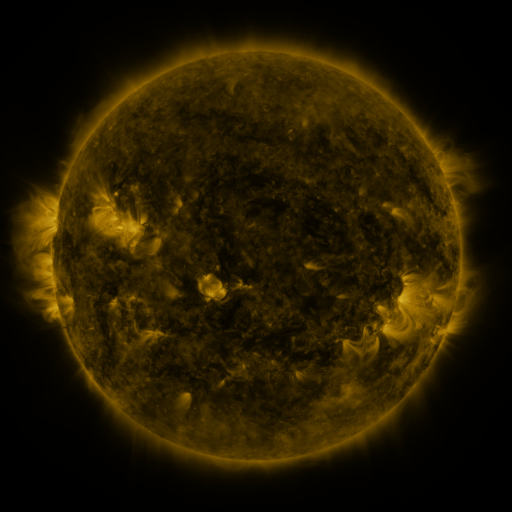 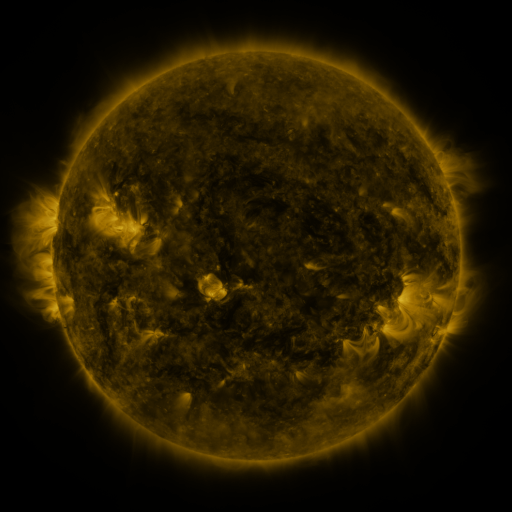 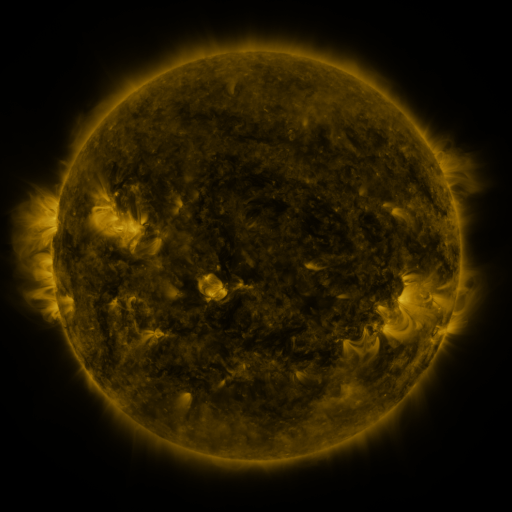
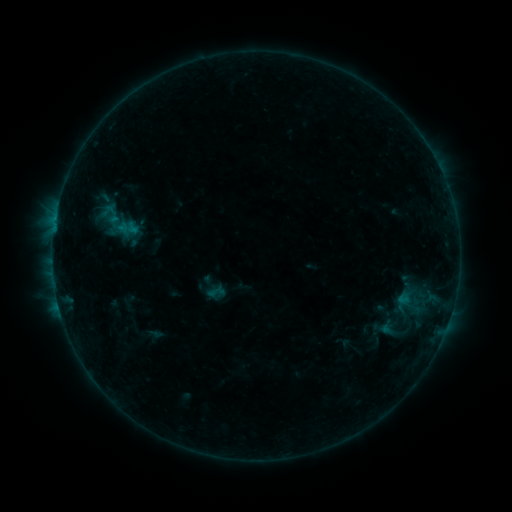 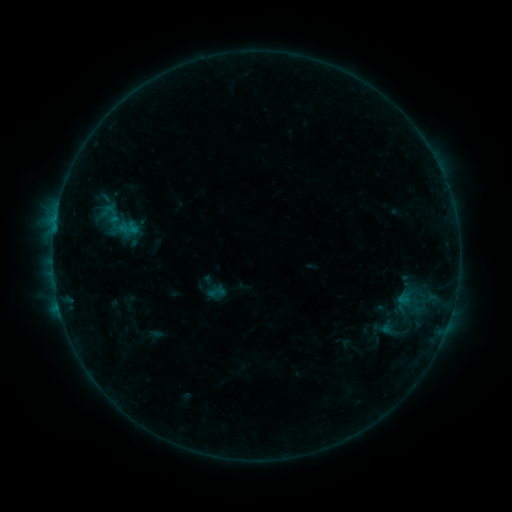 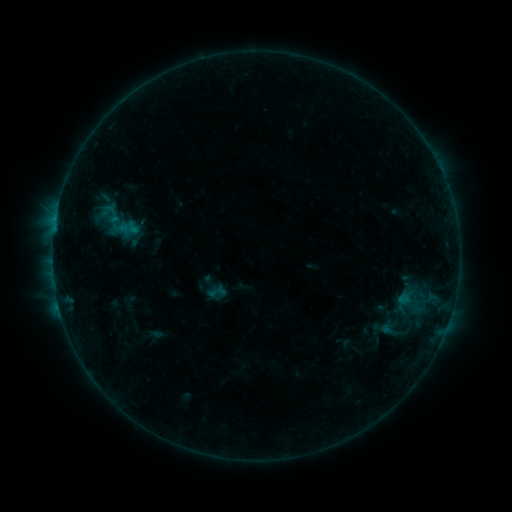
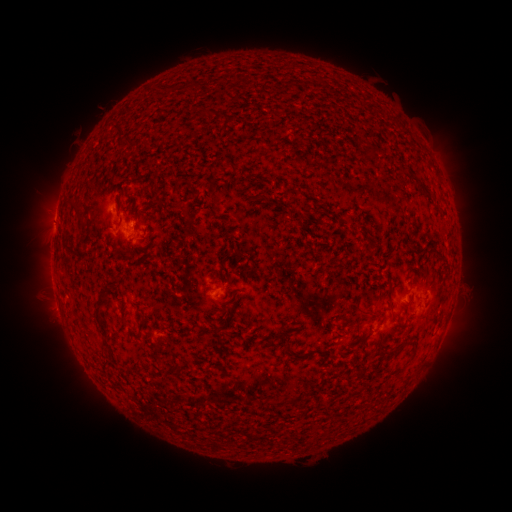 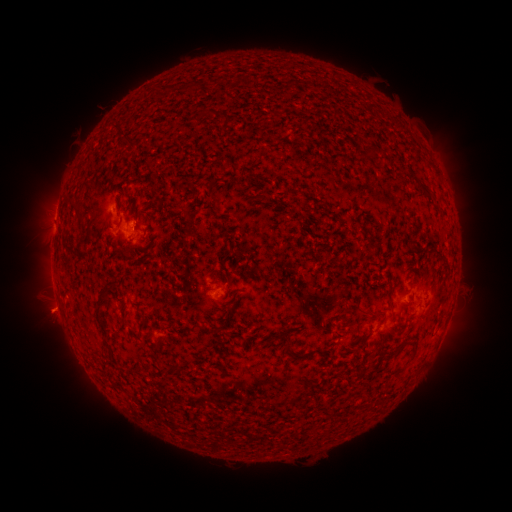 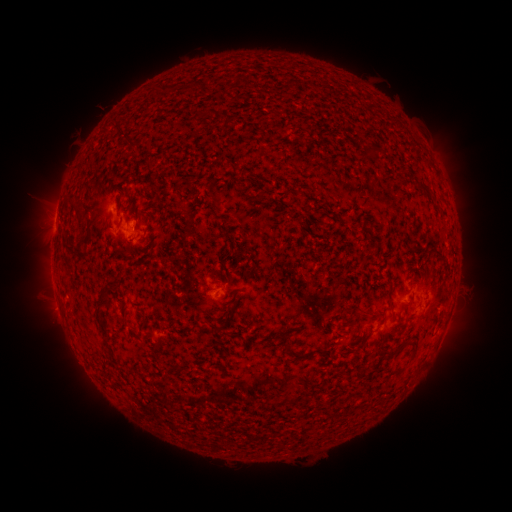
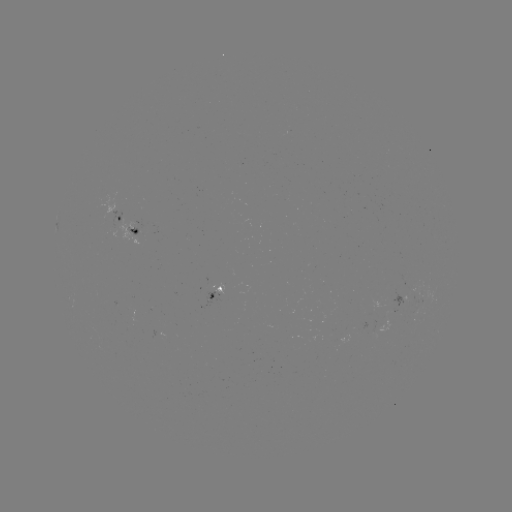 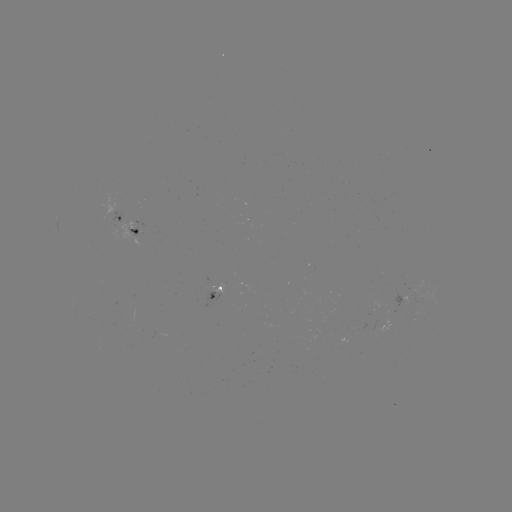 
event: eruption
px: (51, 314)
